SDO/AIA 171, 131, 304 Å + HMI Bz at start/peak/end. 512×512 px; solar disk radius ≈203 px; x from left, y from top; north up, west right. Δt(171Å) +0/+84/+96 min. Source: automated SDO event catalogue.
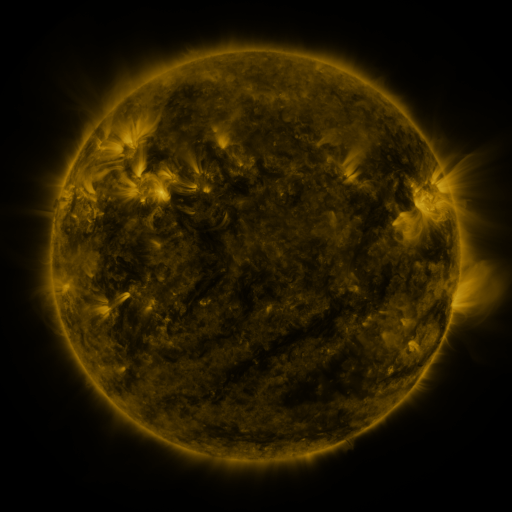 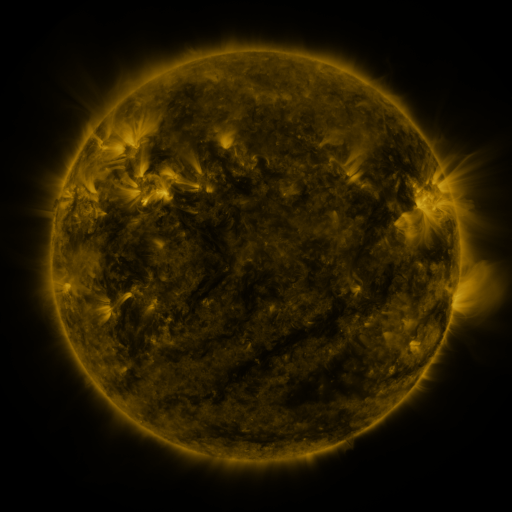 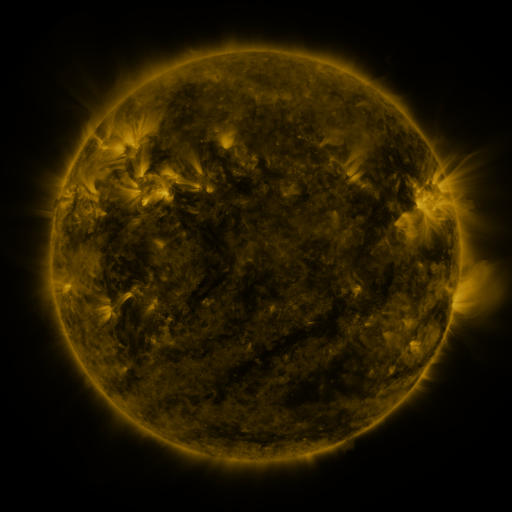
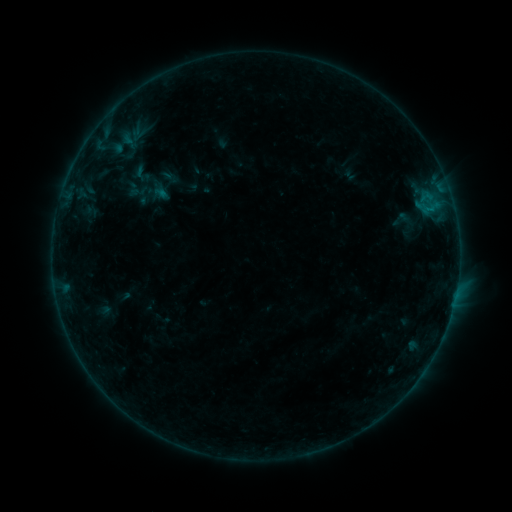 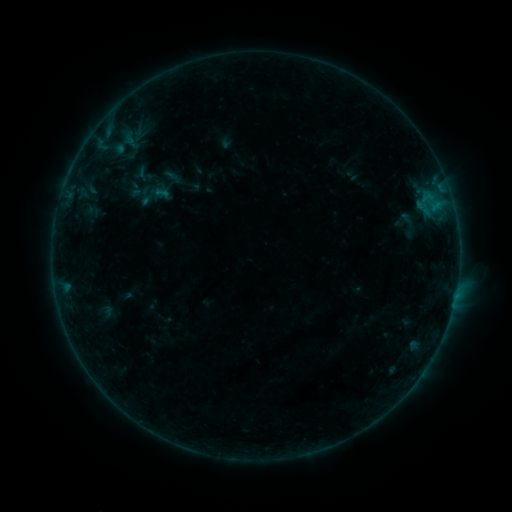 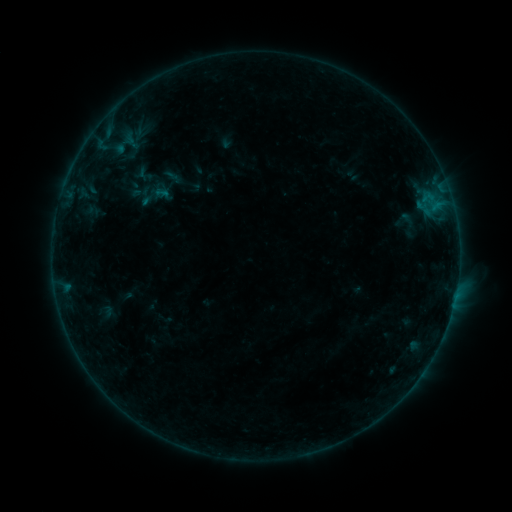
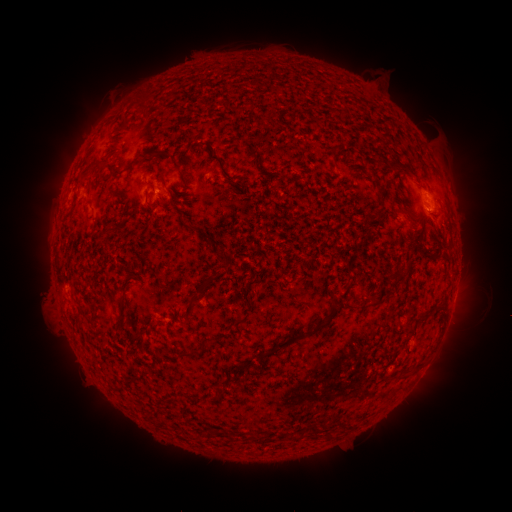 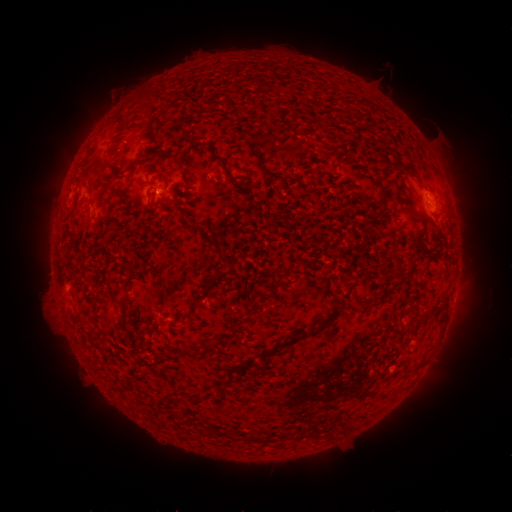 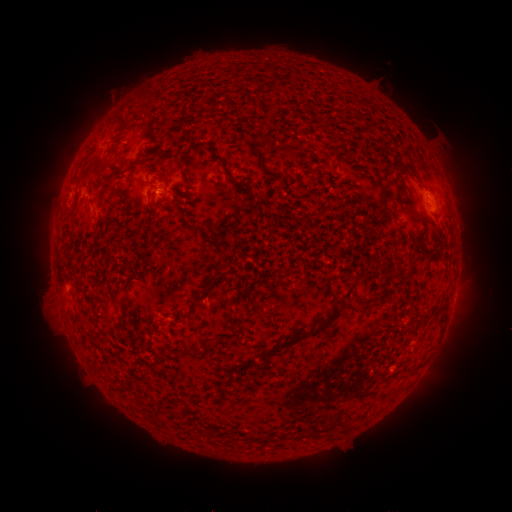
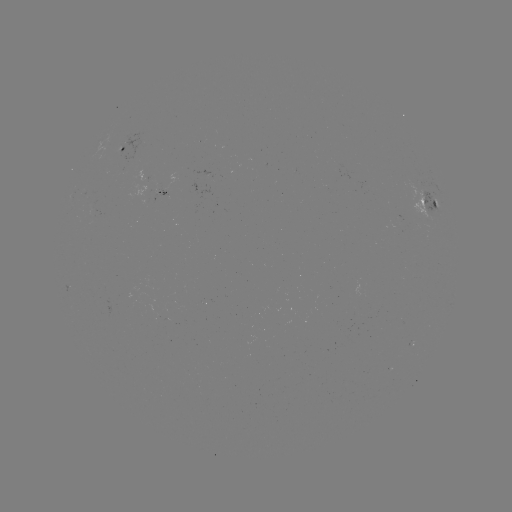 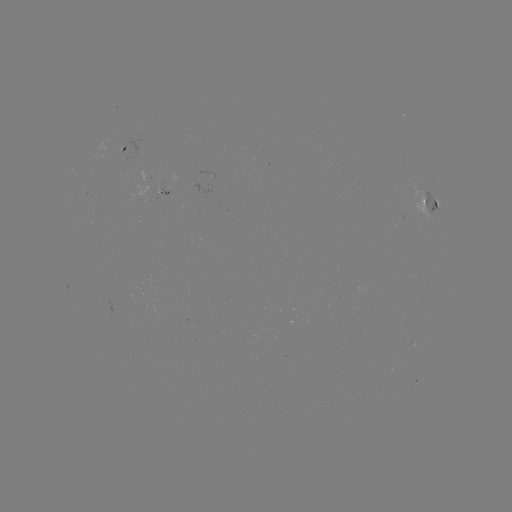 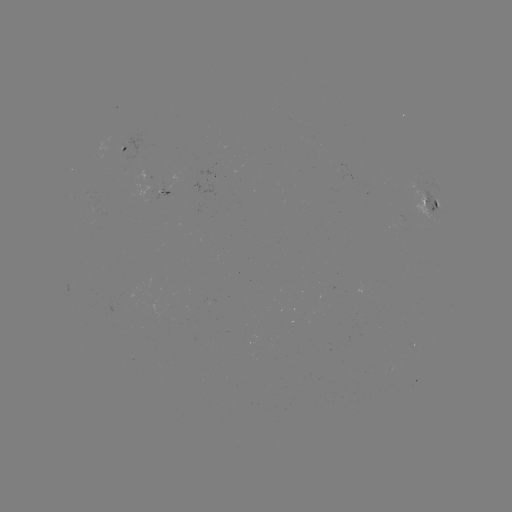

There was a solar emerging-flux region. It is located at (154, 198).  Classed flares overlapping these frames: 1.